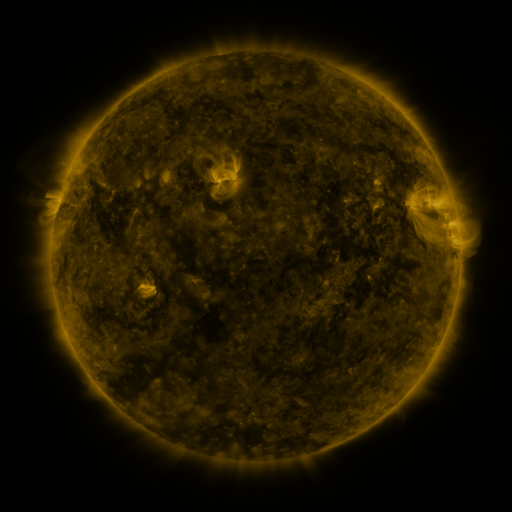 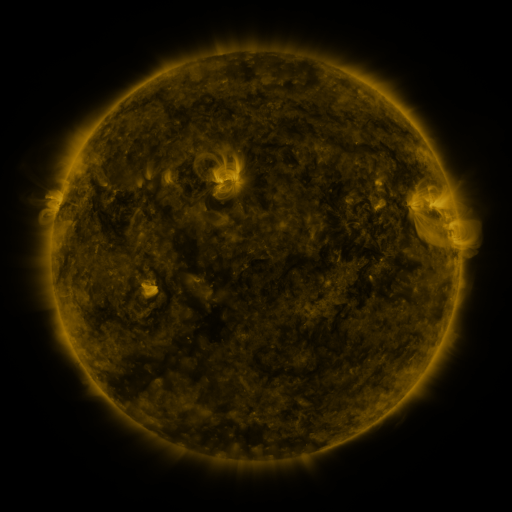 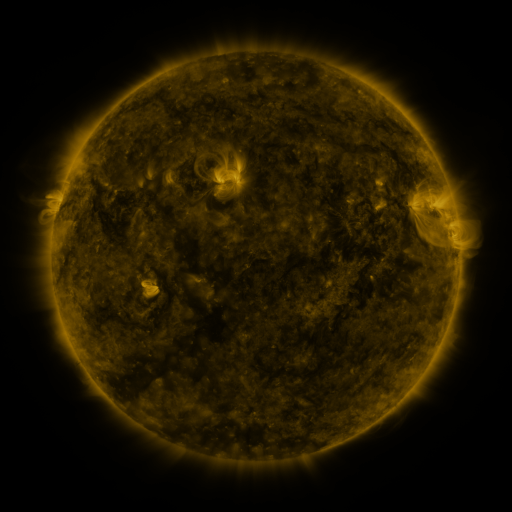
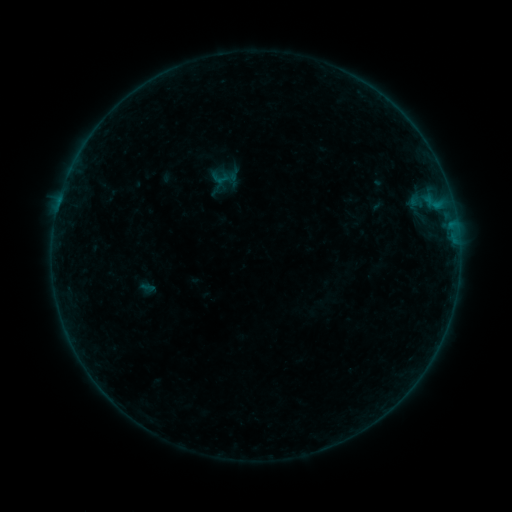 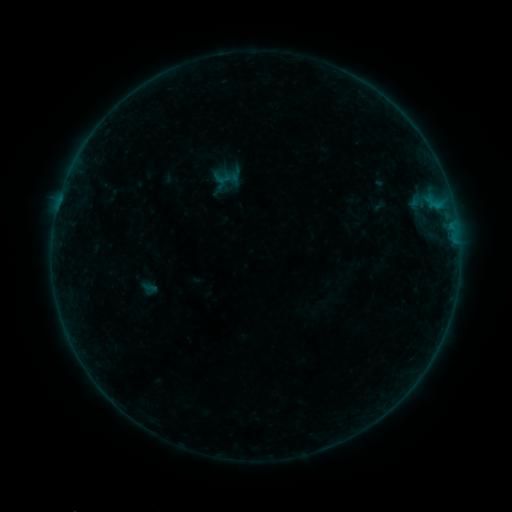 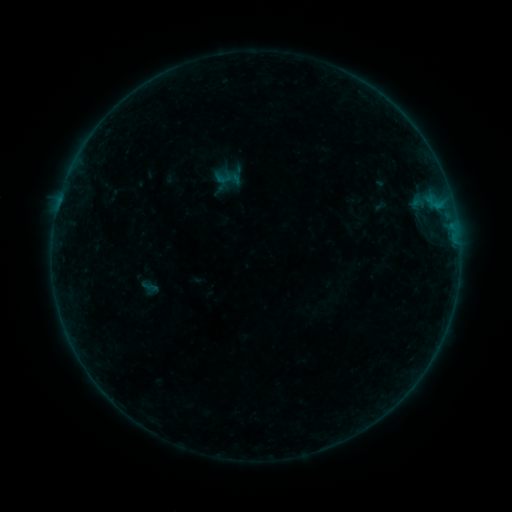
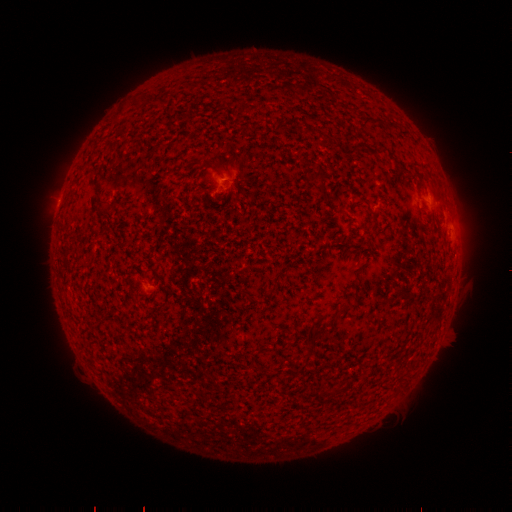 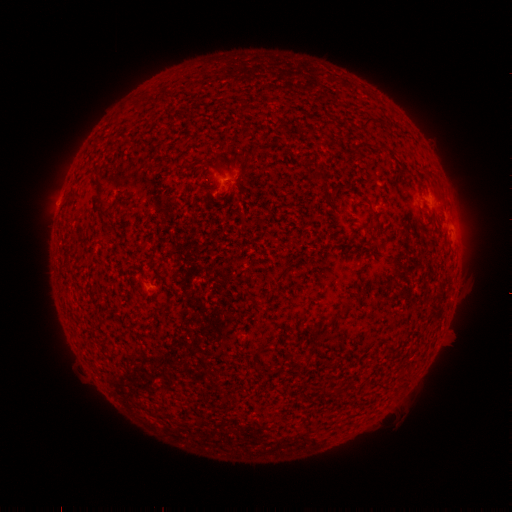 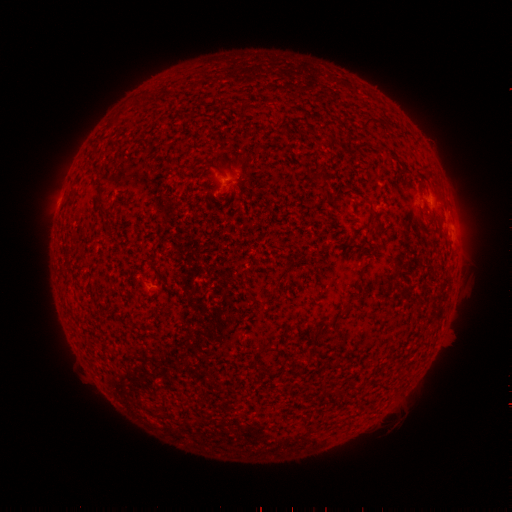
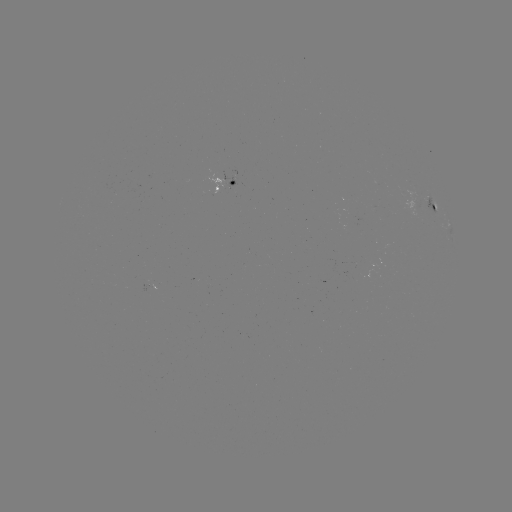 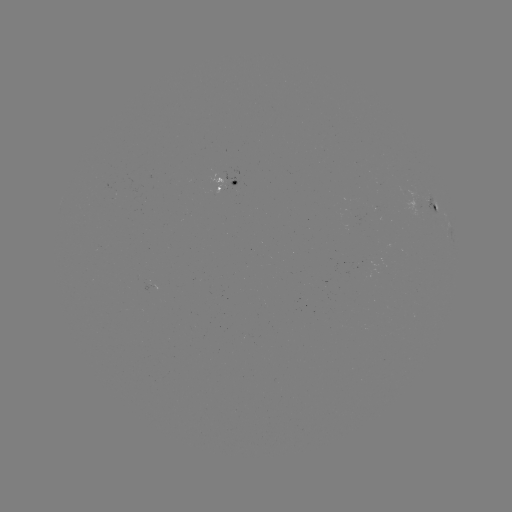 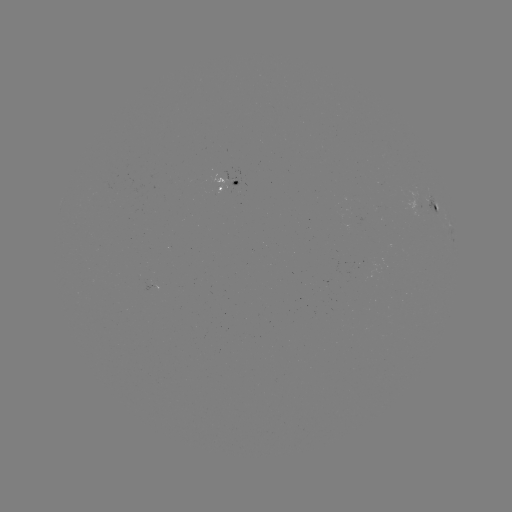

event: emerging-flux region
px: (352, 216)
